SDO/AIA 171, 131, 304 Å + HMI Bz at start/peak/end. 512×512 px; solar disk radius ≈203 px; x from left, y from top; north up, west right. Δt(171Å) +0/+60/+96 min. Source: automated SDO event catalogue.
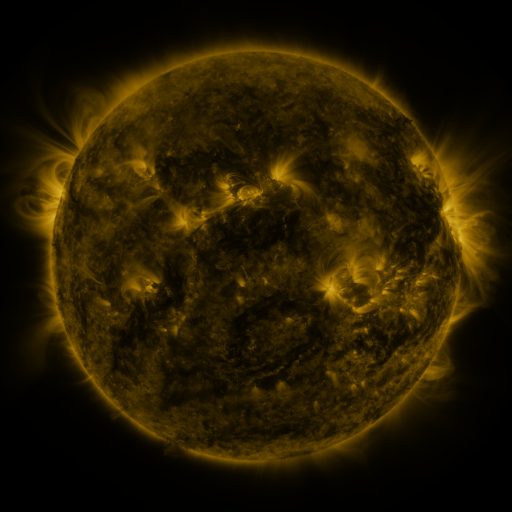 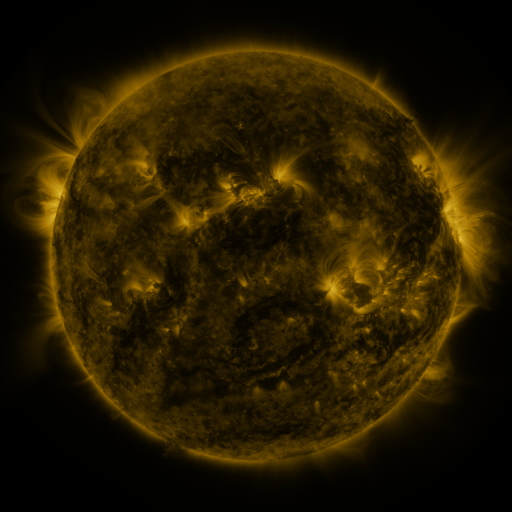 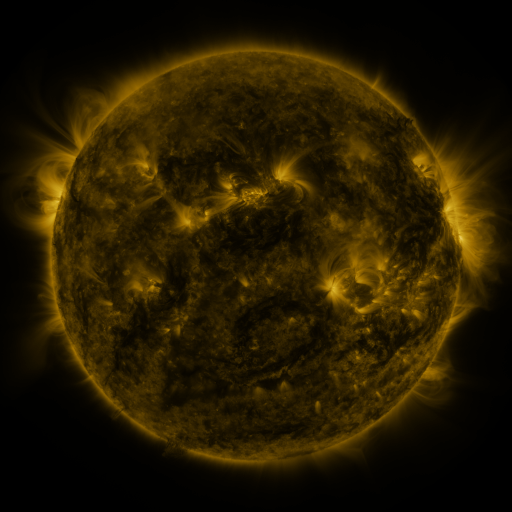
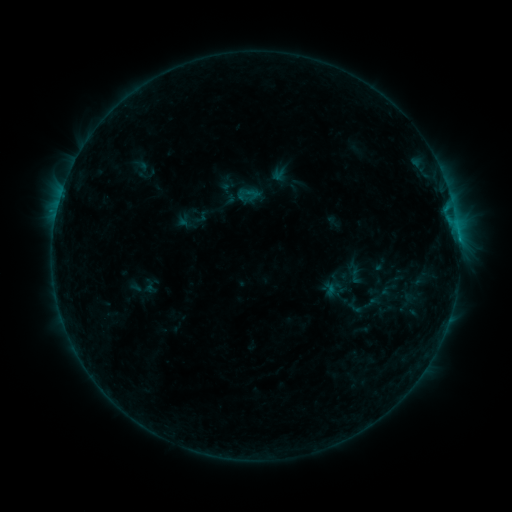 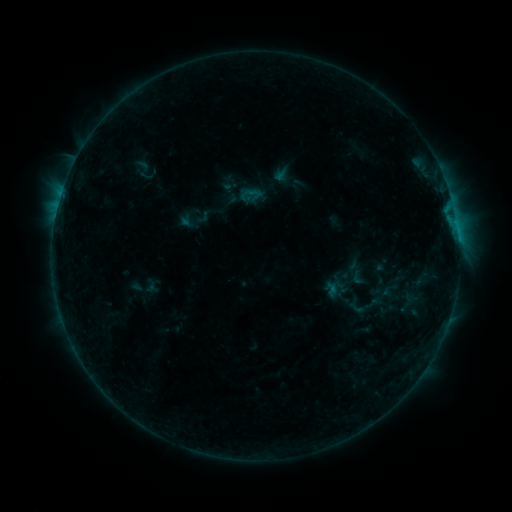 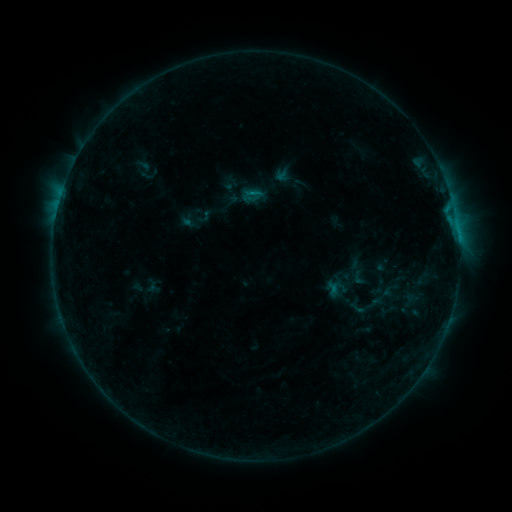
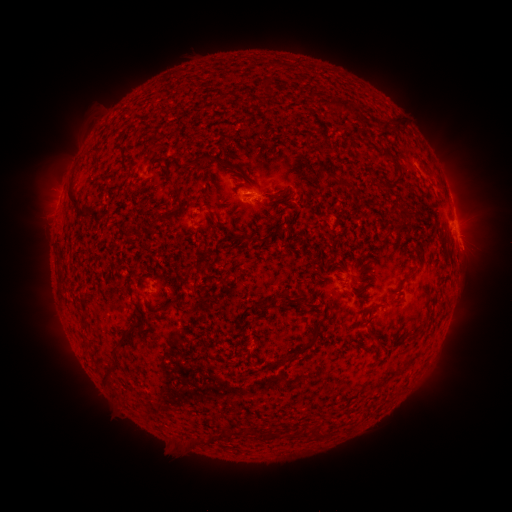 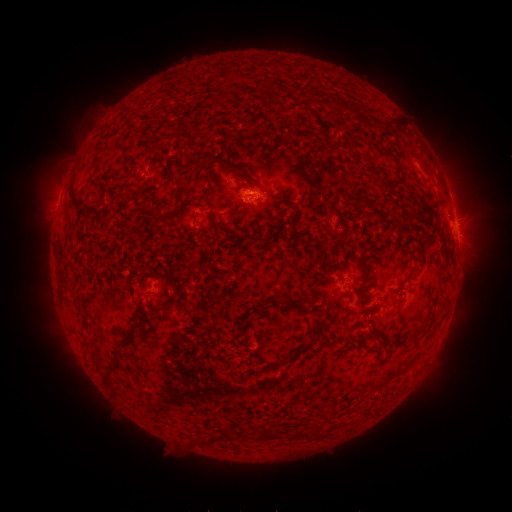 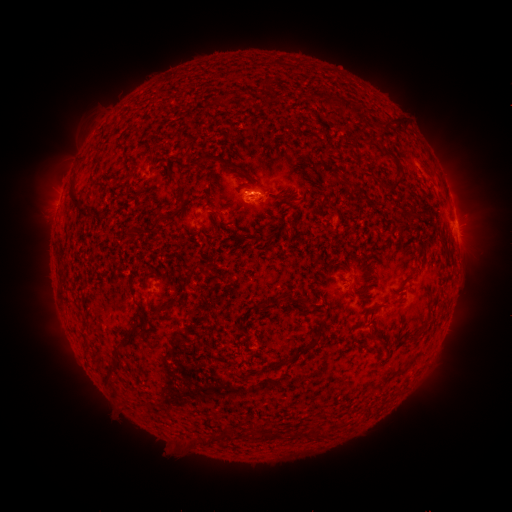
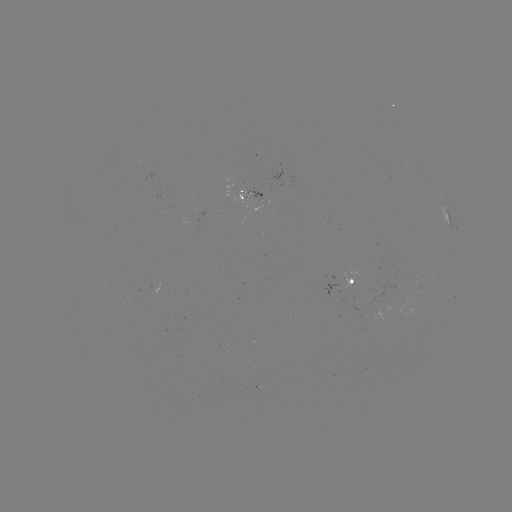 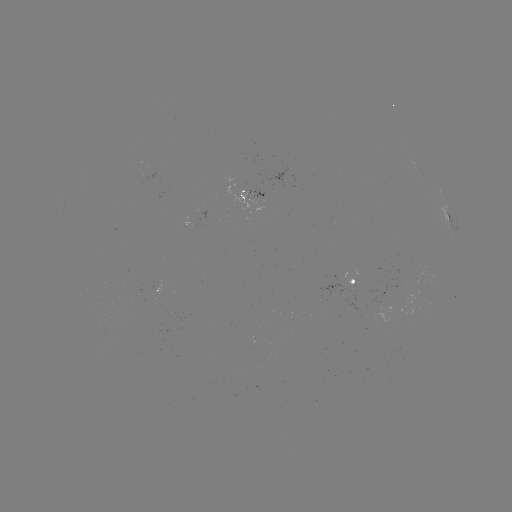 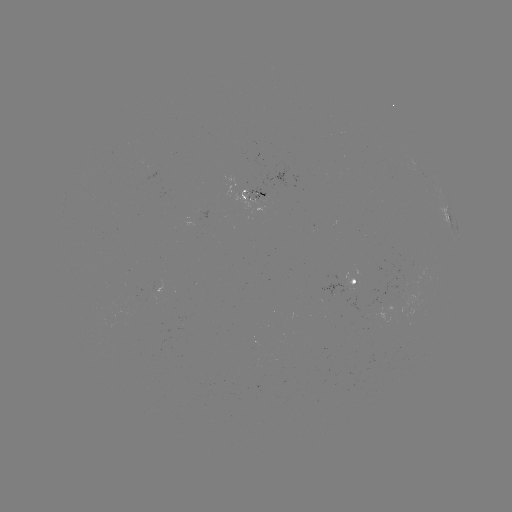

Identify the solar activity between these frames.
emerging-flux region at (108, 328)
